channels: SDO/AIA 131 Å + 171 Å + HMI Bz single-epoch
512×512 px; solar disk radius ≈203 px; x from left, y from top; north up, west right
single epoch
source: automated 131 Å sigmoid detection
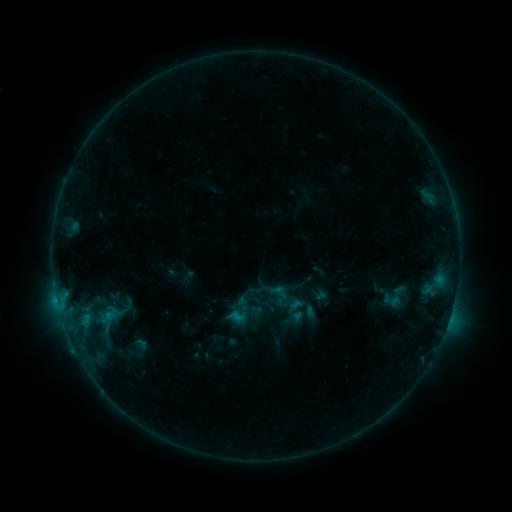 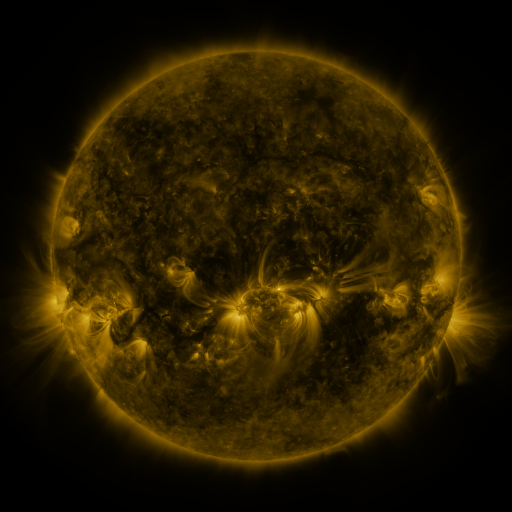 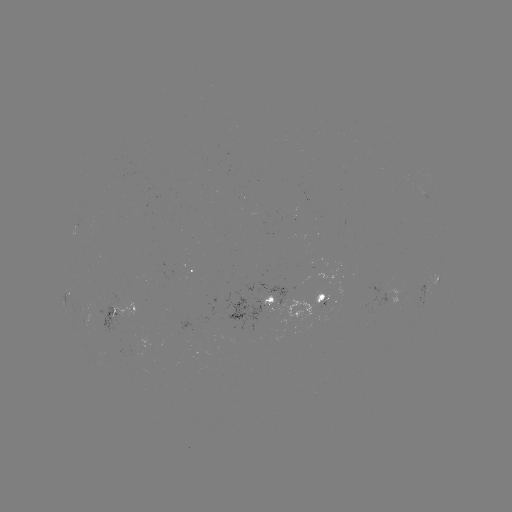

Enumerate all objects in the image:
sigmoid: (395, 297)
